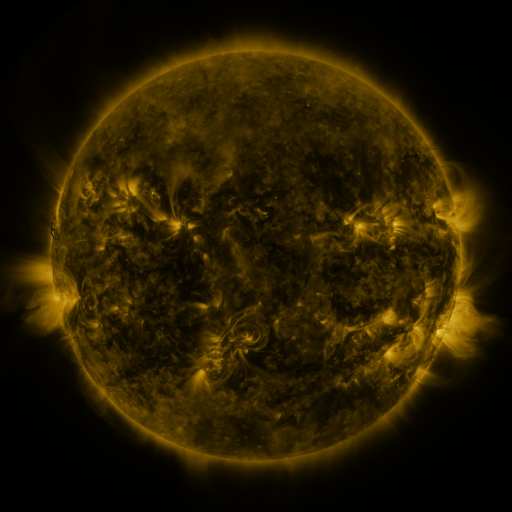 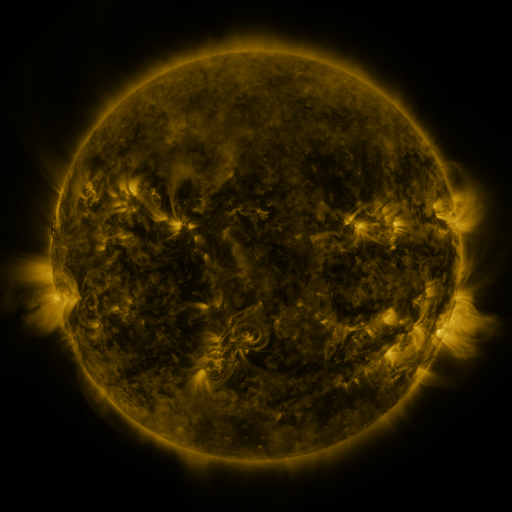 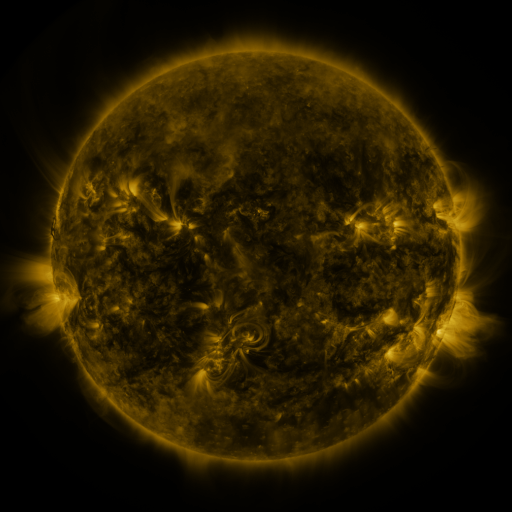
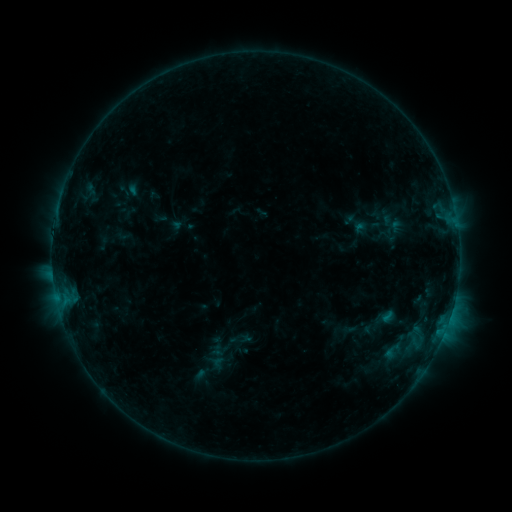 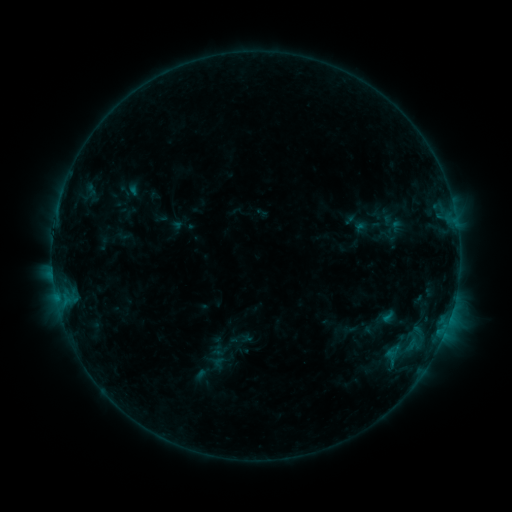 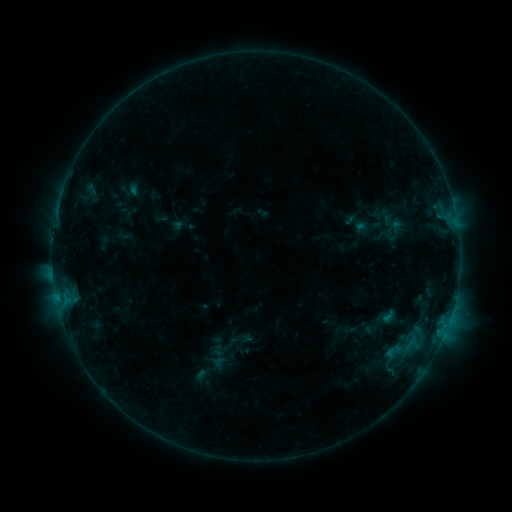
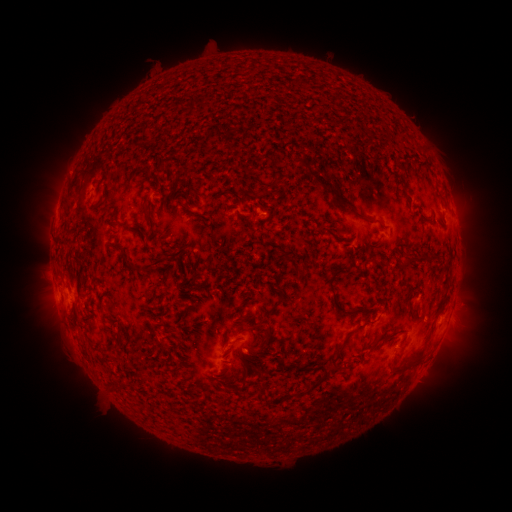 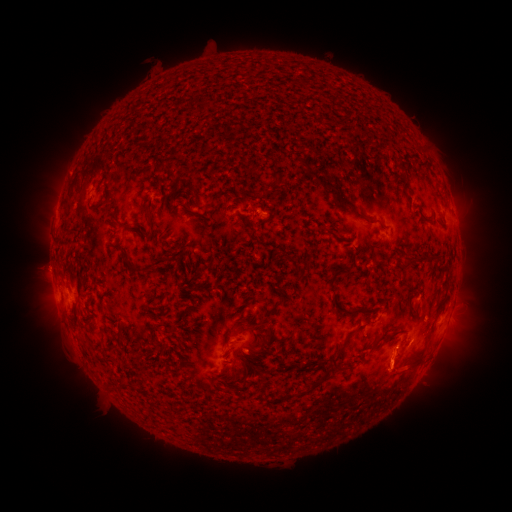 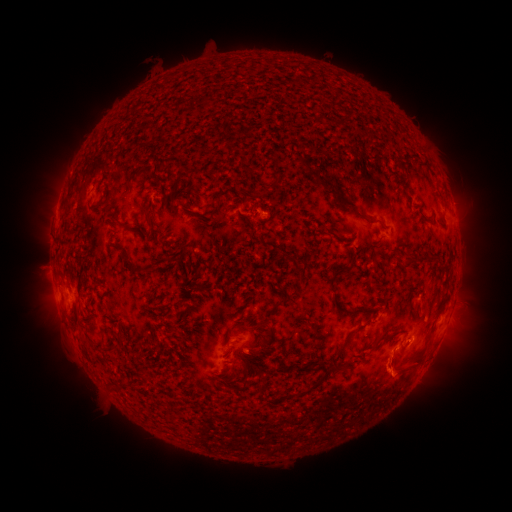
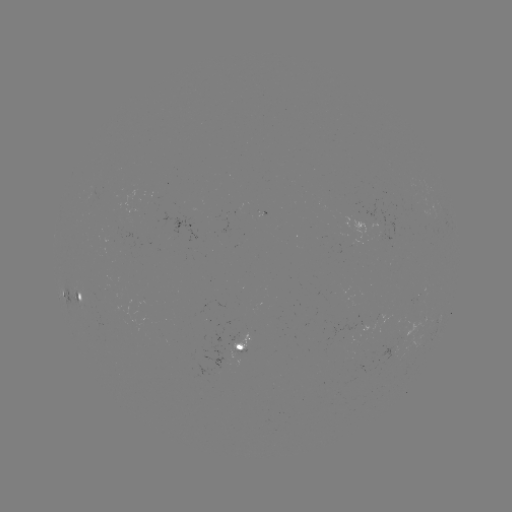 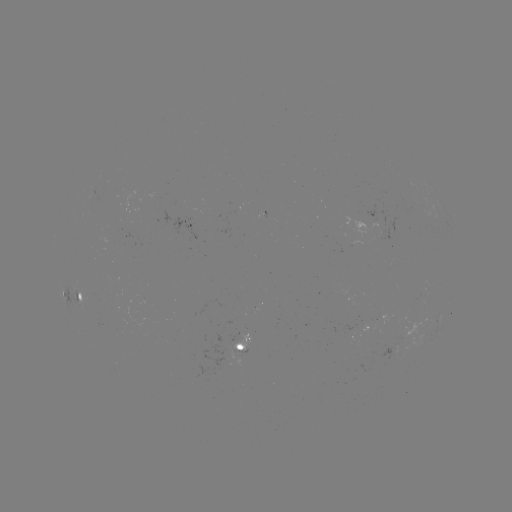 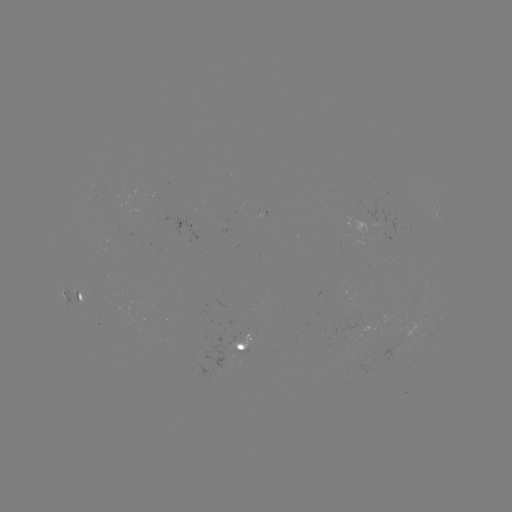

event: eruption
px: (395, 366)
